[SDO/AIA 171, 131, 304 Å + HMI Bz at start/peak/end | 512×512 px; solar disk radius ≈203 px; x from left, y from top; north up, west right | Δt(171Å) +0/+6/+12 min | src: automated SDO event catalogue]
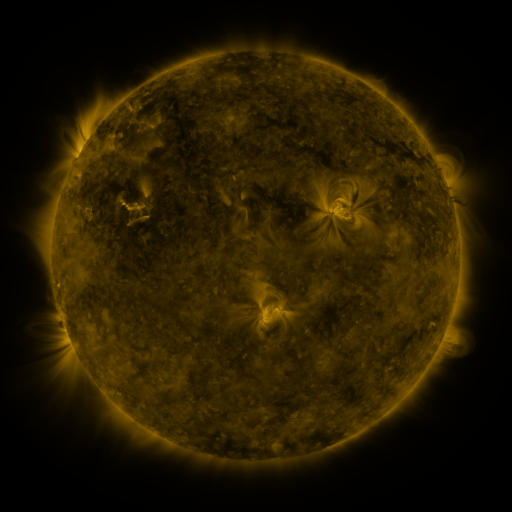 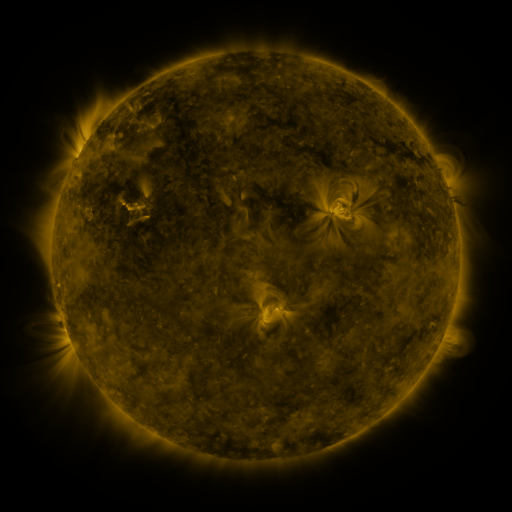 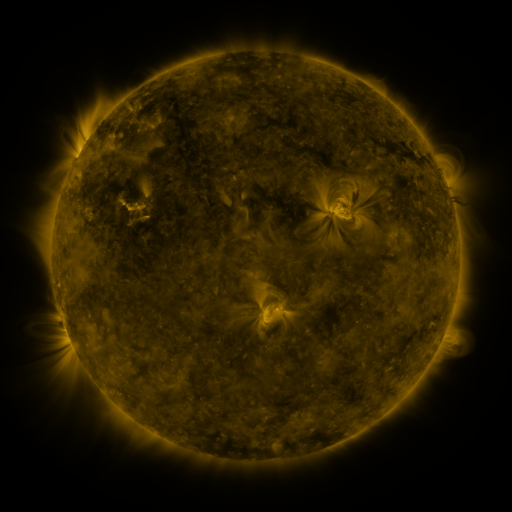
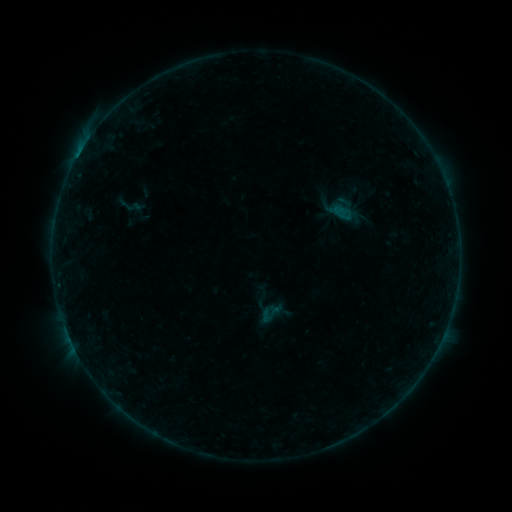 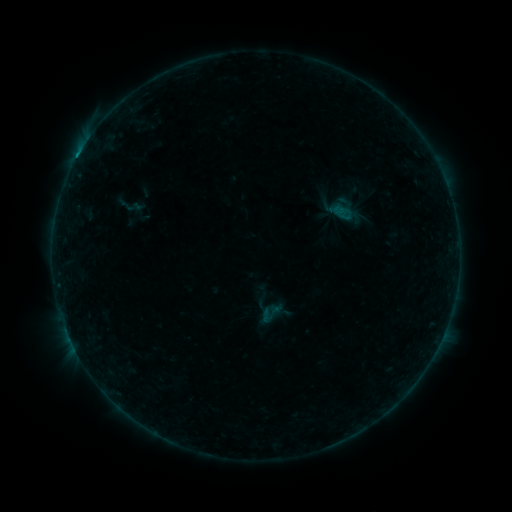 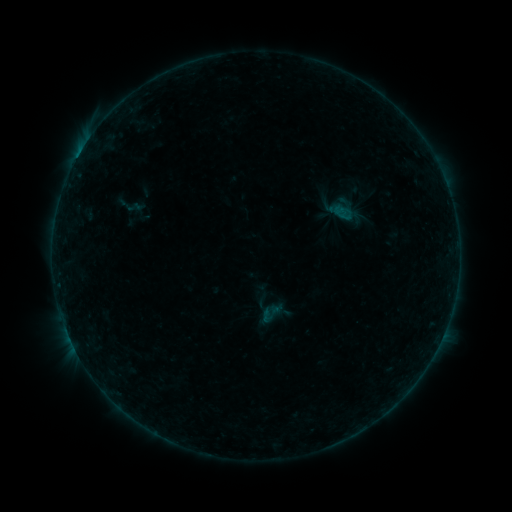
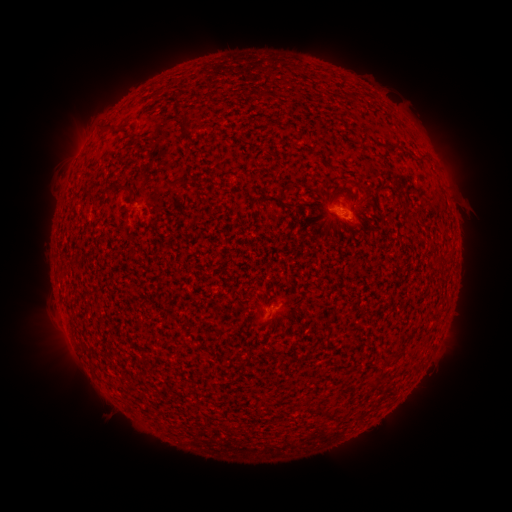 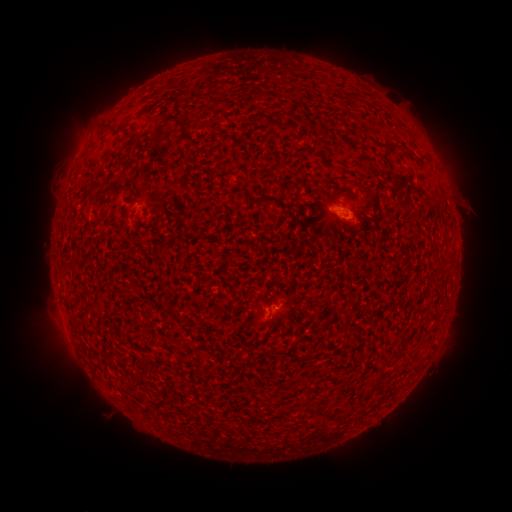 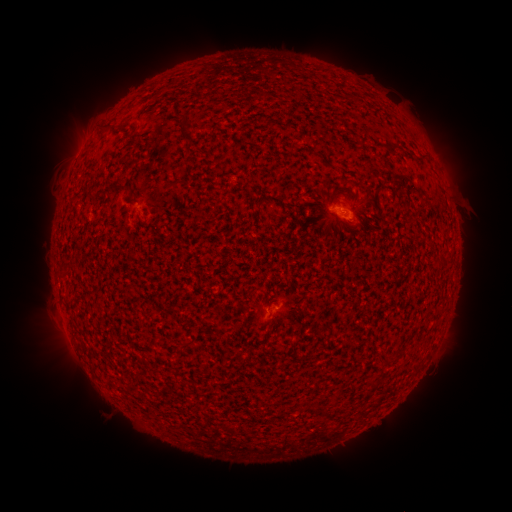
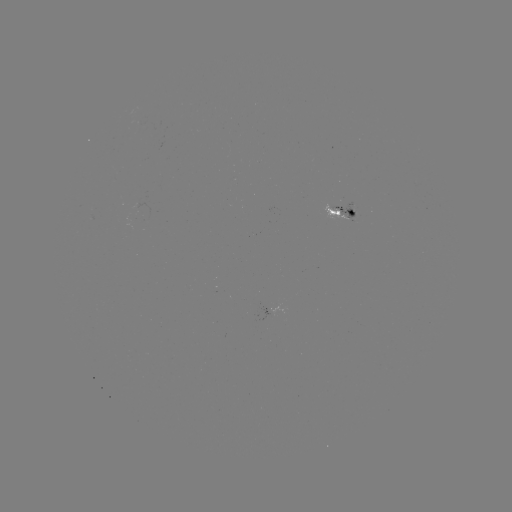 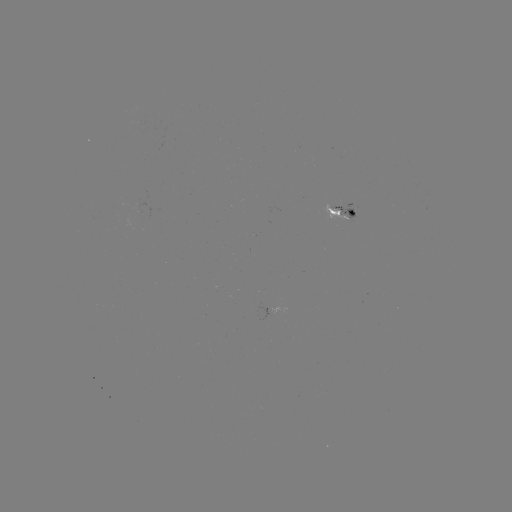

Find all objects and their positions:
B2.7 flare: (346, 216)
